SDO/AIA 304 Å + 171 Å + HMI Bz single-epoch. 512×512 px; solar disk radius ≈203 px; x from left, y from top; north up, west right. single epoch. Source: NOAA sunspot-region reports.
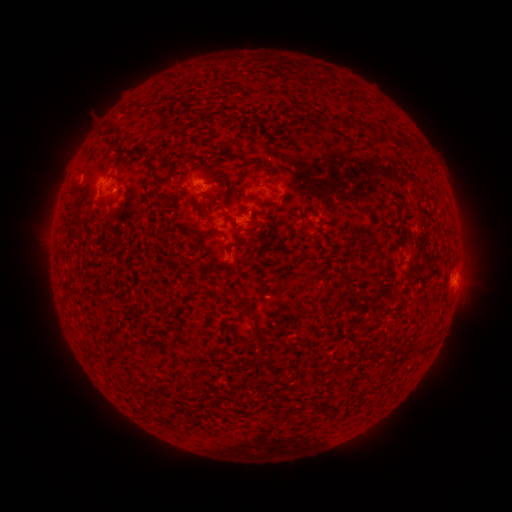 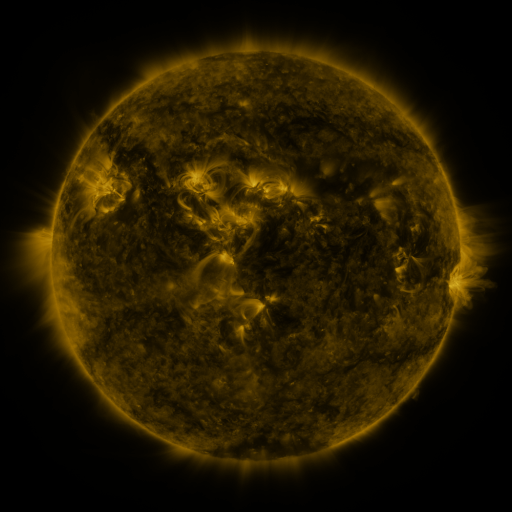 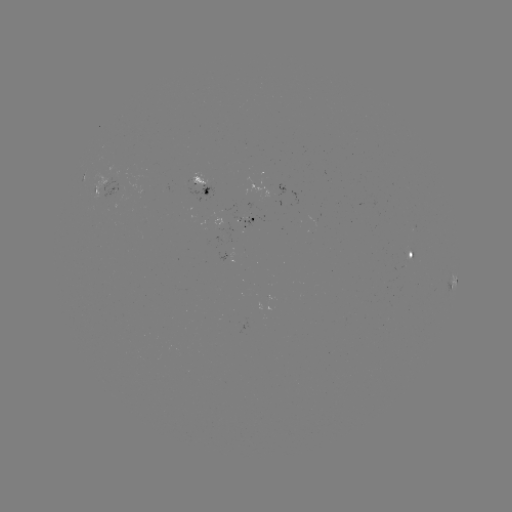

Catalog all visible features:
spotted active region: (201, 185)
spotted active region: (104, 187)
spotted active region: (248, 219)
spotted active region: (411, 253)
spotted active region: (231, 255)
spotted active region: (451, 284)
